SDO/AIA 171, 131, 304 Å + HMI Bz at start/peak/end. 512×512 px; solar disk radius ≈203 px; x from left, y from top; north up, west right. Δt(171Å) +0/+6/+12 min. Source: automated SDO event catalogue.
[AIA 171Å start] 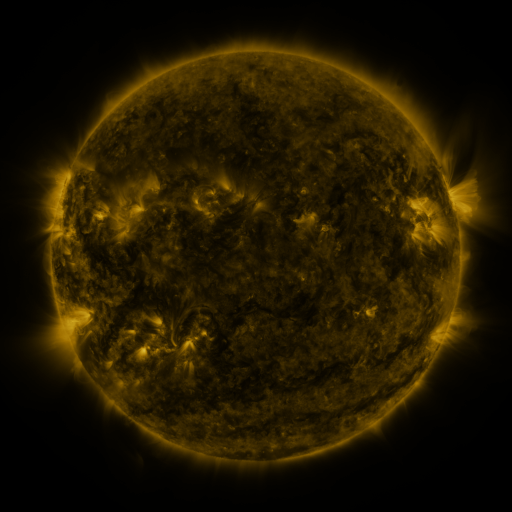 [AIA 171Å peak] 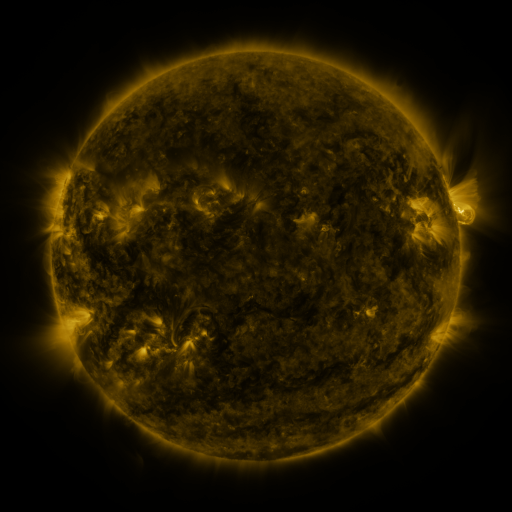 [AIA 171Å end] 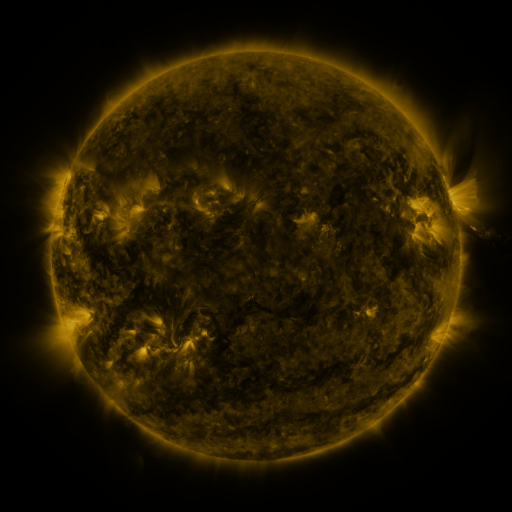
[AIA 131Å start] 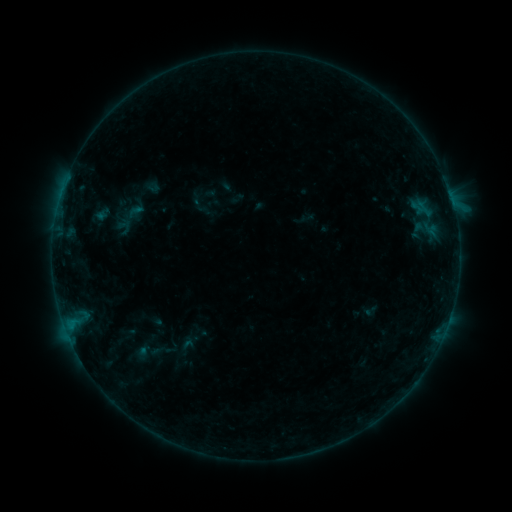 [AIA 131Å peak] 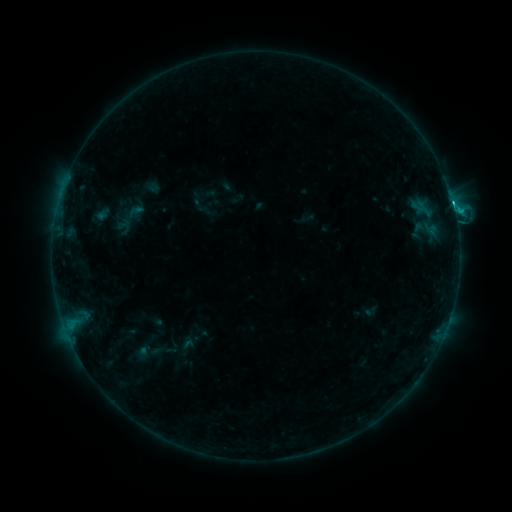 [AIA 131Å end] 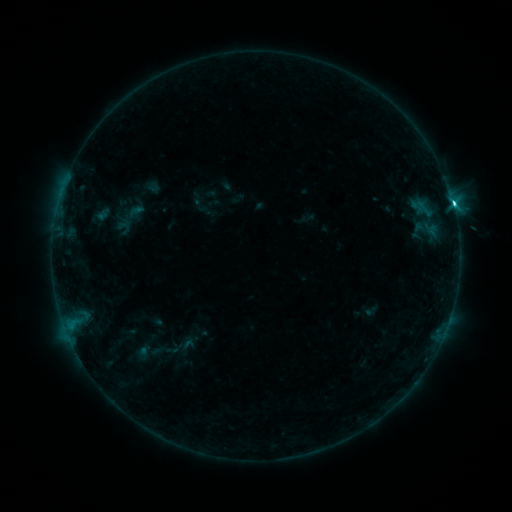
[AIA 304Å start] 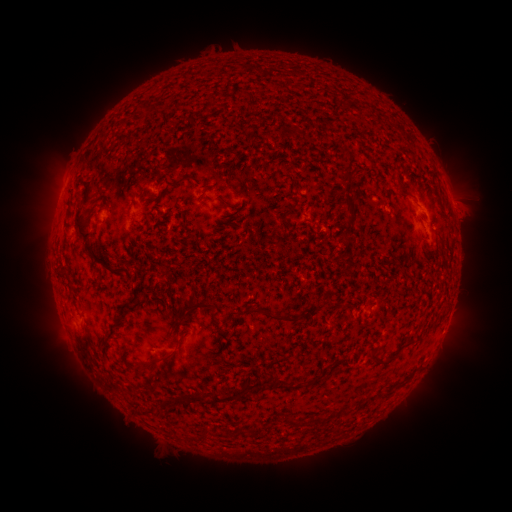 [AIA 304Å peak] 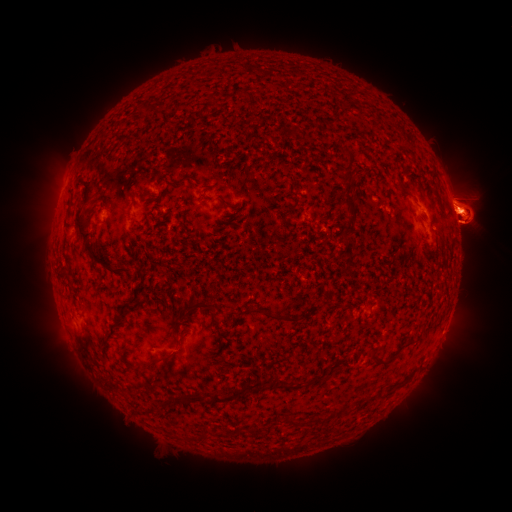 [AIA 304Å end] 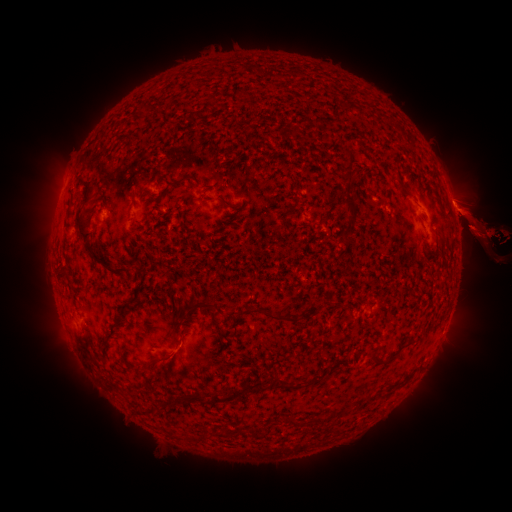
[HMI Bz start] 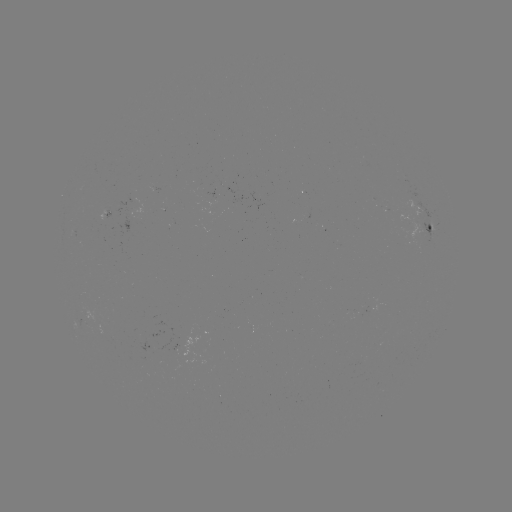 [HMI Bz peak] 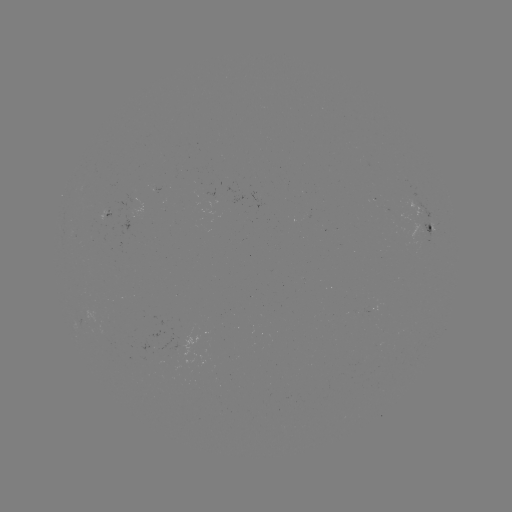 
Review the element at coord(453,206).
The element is C3.9 flare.